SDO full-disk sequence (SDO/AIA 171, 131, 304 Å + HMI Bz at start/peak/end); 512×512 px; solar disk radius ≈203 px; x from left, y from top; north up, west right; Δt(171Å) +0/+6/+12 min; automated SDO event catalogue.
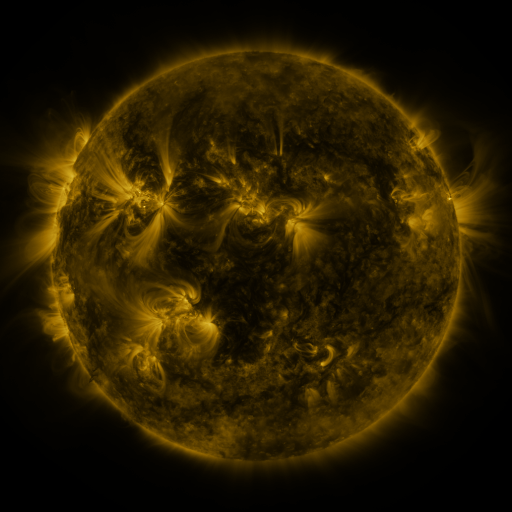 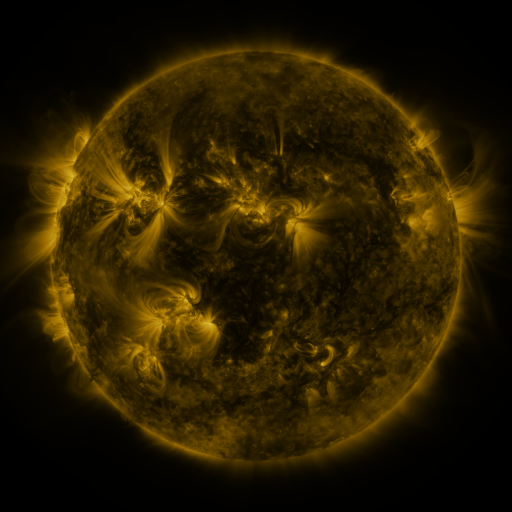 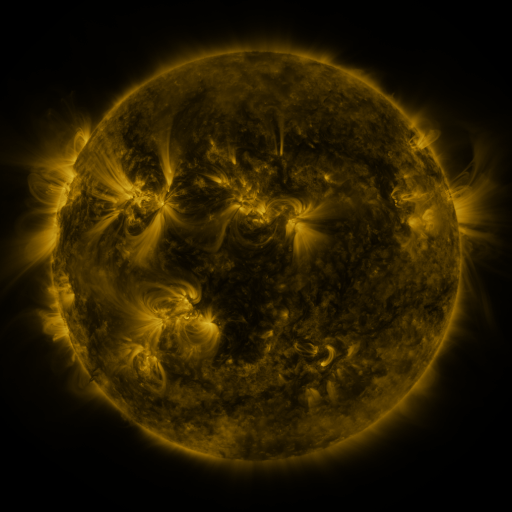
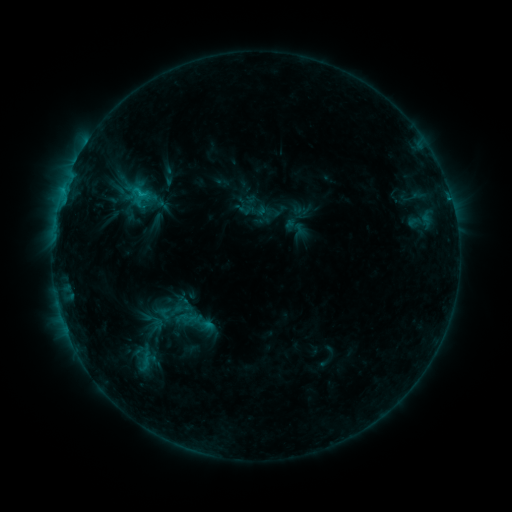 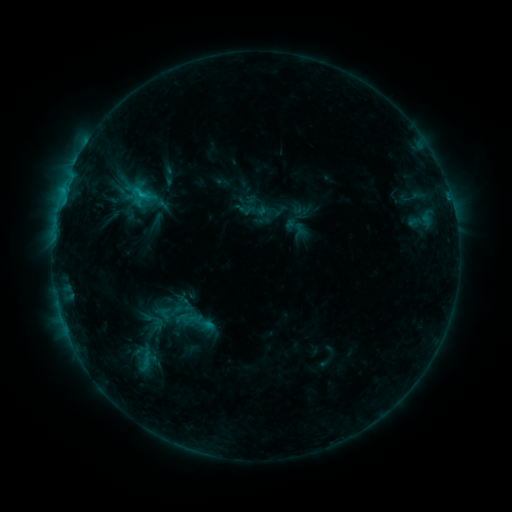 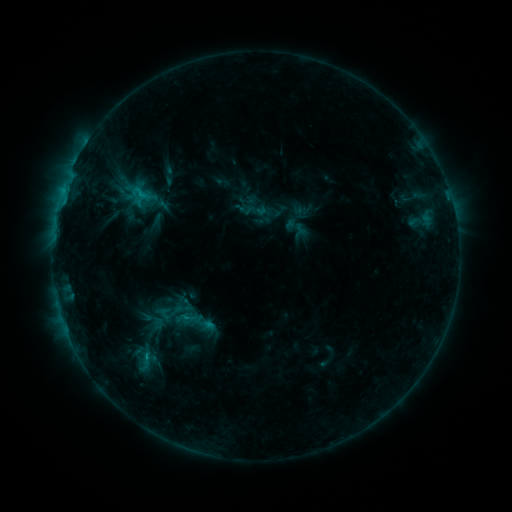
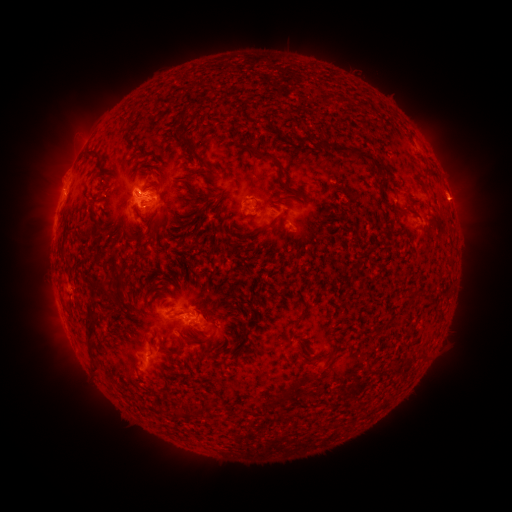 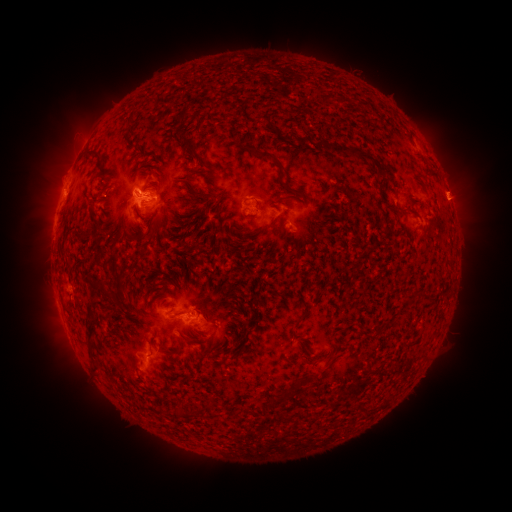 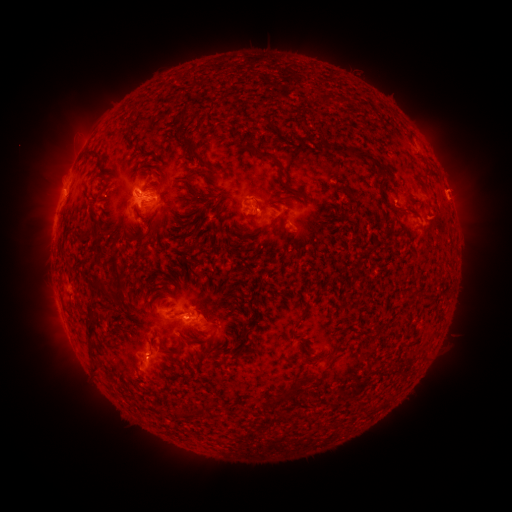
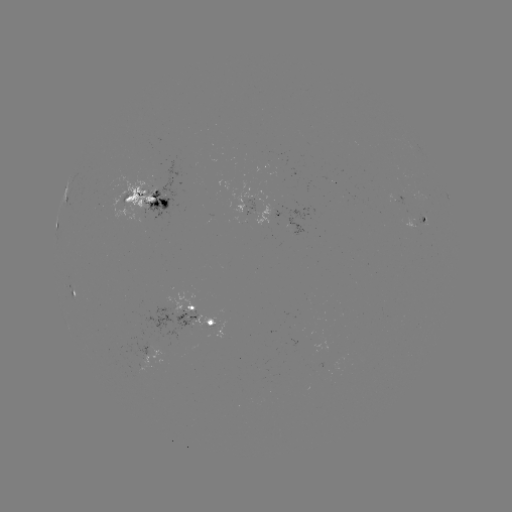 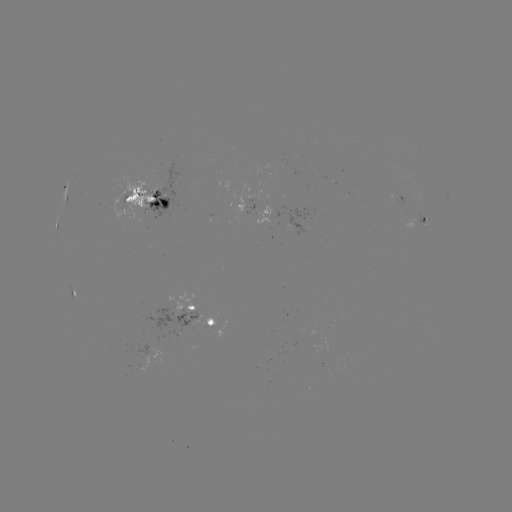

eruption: [429, 161, 480, 212]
